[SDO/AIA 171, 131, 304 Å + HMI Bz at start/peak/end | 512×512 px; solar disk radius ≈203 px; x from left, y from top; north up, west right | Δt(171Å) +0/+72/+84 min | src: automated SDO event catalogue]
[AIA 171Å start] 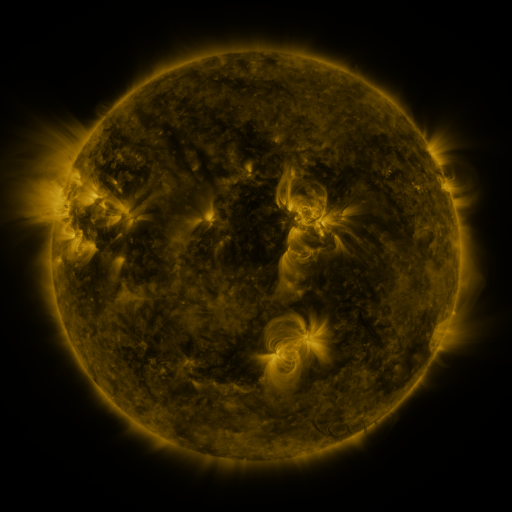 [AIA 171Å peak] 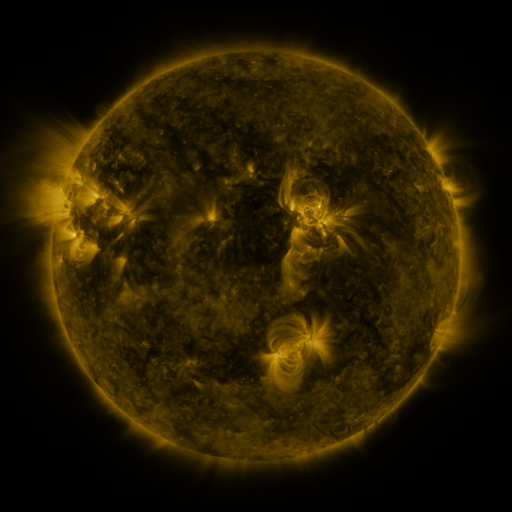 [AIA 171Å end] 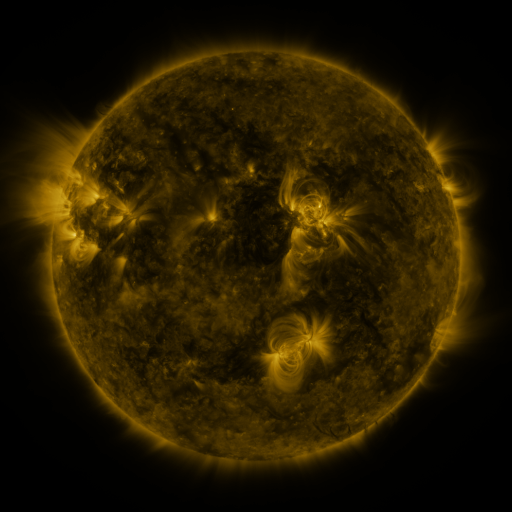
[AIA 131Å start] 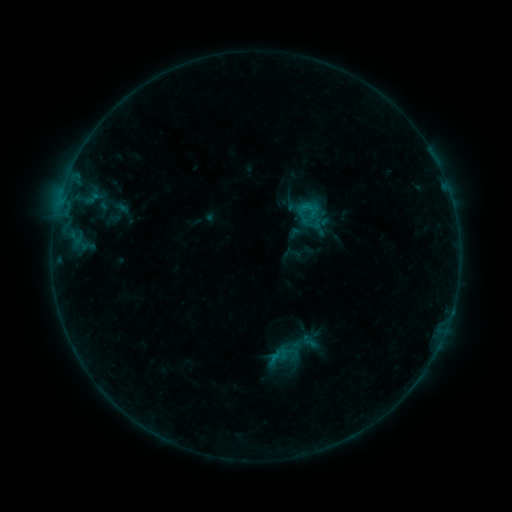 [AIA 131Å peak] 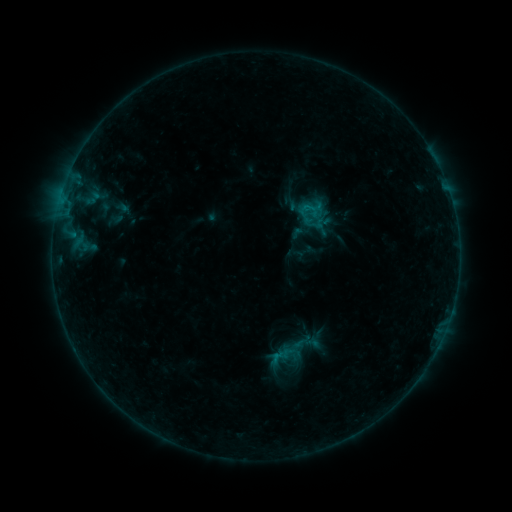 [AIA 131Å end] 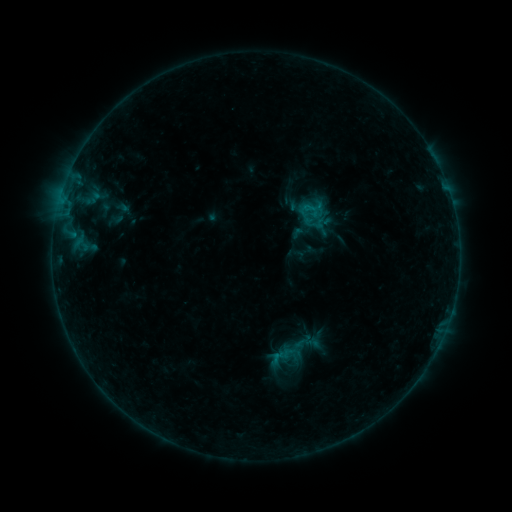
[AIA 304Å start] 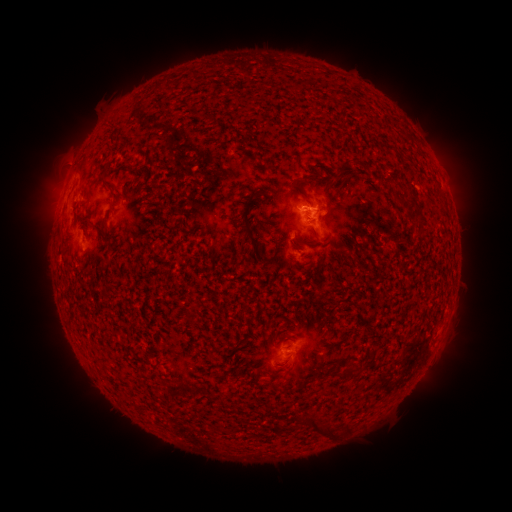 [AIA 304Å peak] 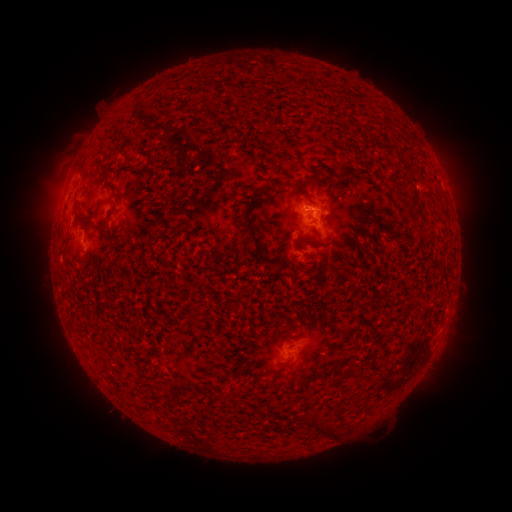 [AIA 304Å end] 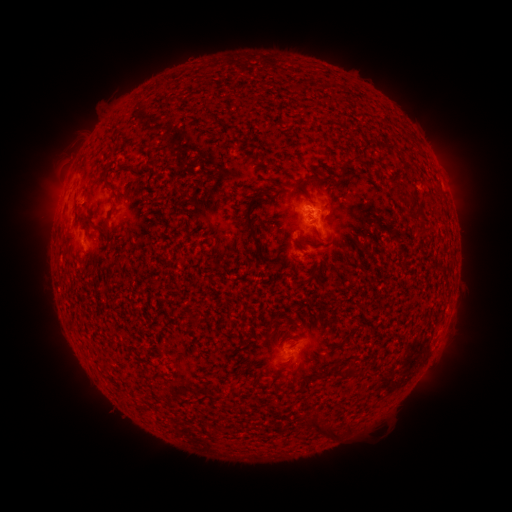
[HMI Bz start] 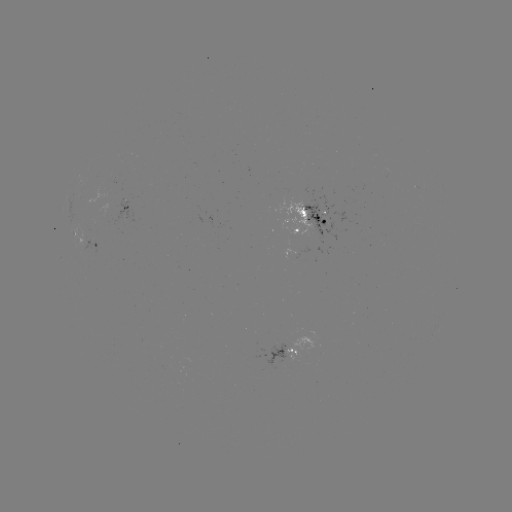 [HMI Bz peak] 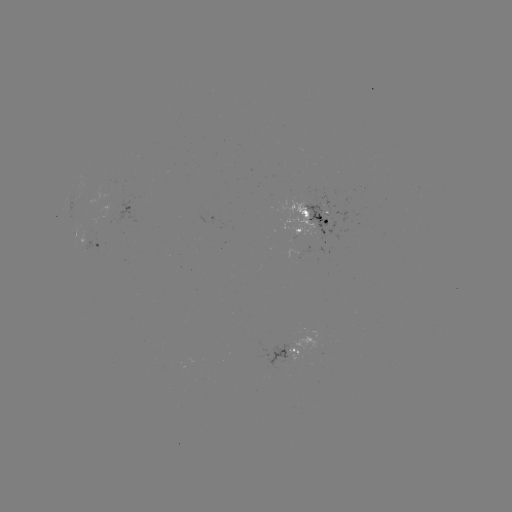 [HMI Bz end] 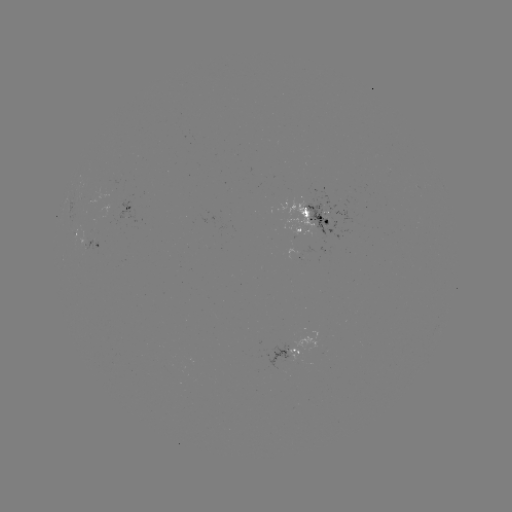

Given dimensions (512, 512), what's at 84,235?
emerging-flux region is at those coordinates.